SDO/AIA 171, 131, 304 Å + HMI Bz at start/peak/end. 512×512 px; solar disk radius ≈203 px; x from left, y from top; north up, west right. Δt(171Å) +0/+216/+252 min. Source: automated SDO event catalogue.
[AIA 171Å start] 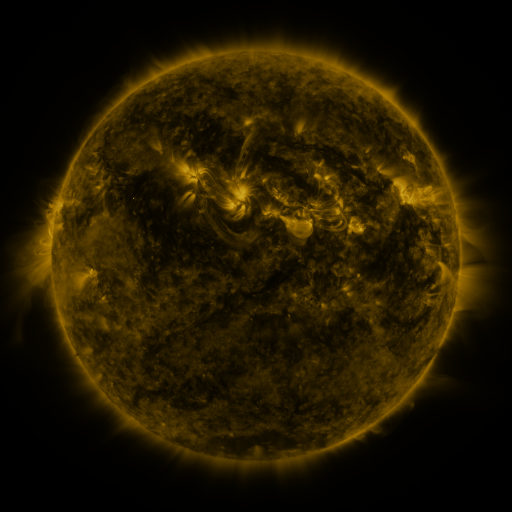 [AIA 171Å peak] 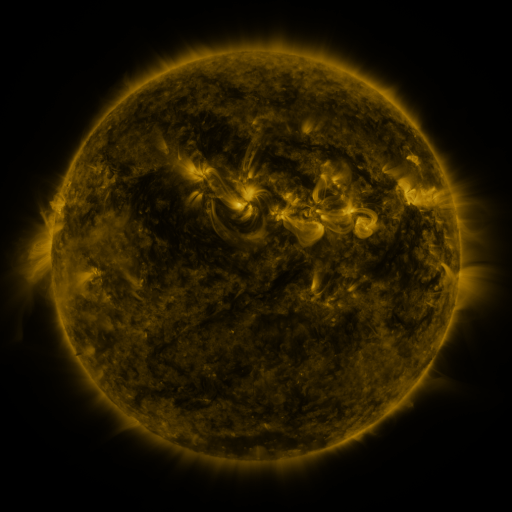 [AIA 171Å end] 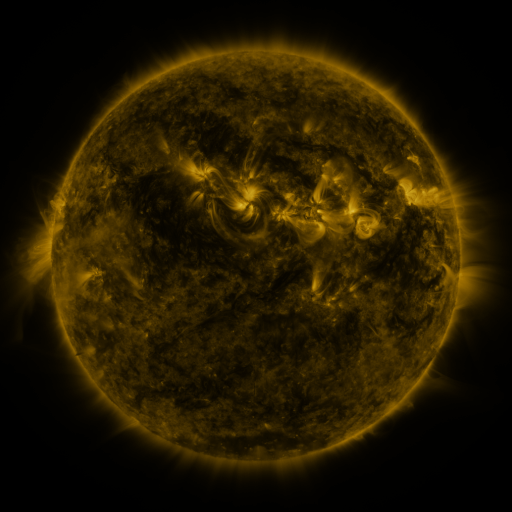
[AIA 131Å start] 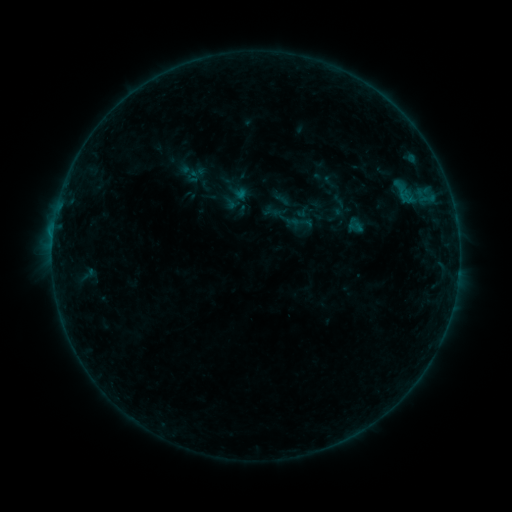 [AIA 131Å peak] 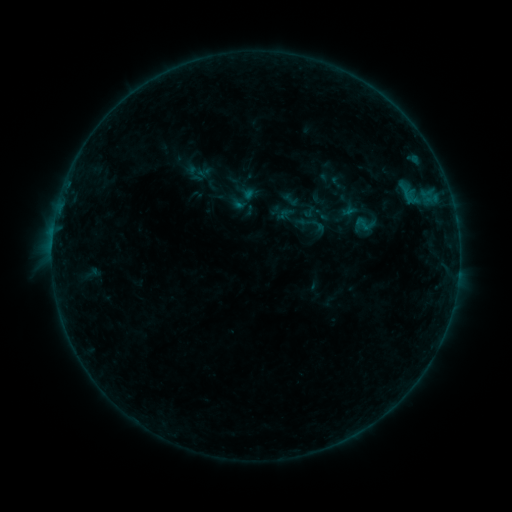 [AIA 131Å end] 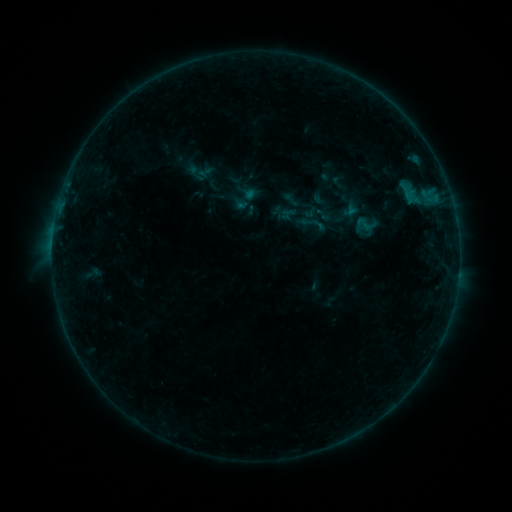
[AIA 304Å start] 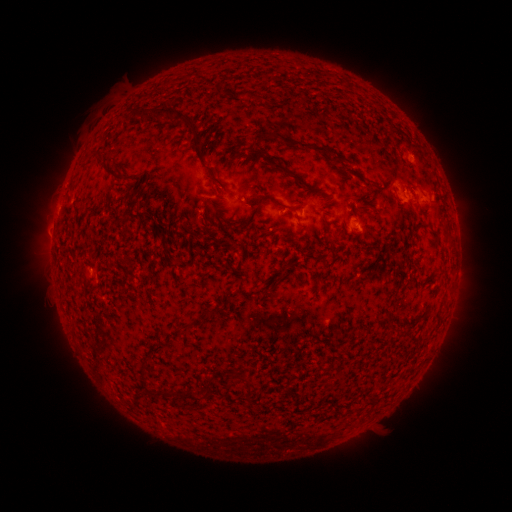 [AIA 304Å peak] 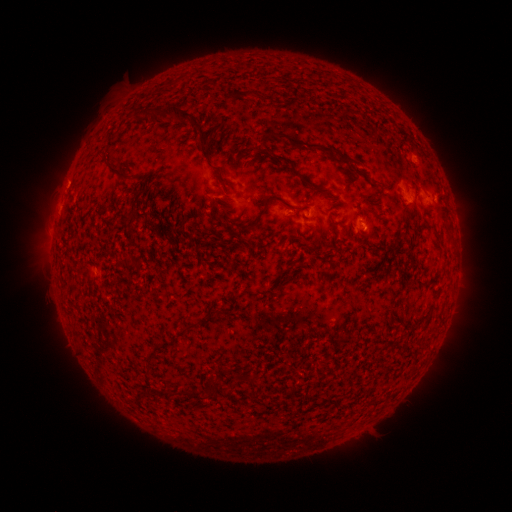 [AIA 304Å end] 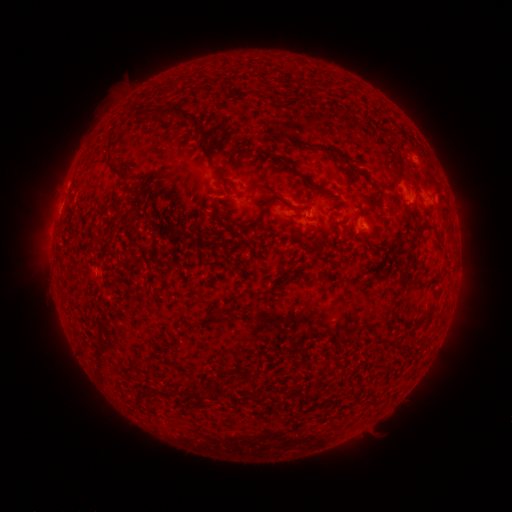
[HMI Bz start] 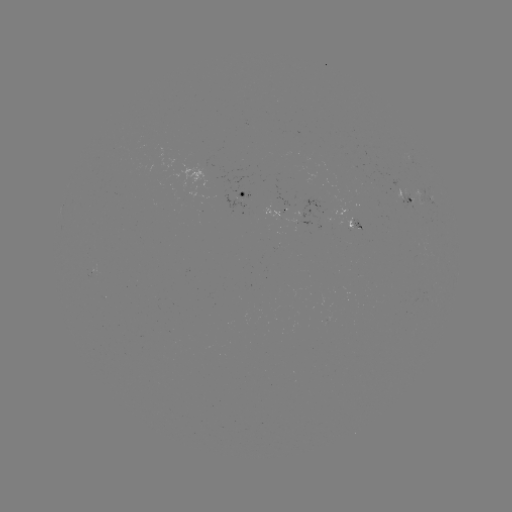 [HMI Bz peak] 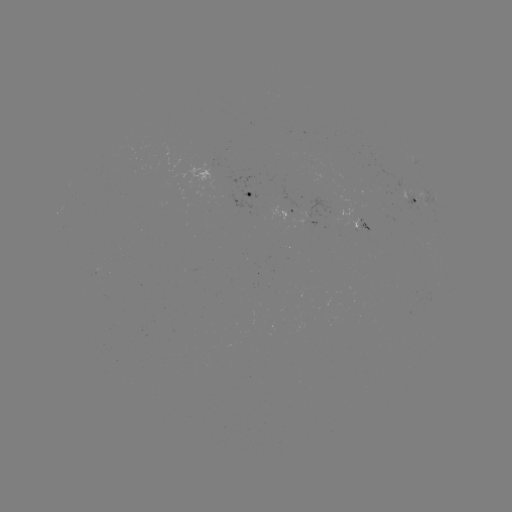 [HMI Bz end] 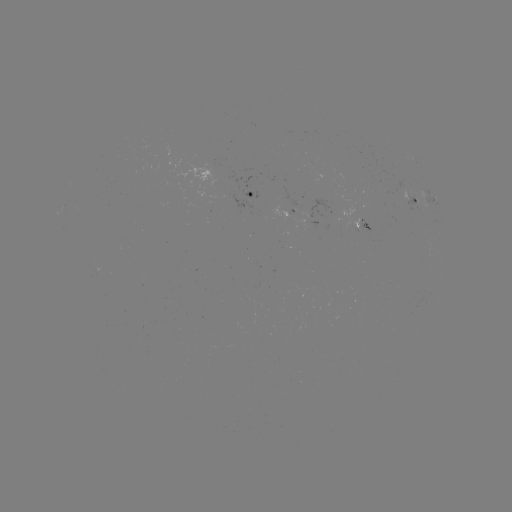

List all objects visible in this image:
emerging-flux region: (401, 194)
